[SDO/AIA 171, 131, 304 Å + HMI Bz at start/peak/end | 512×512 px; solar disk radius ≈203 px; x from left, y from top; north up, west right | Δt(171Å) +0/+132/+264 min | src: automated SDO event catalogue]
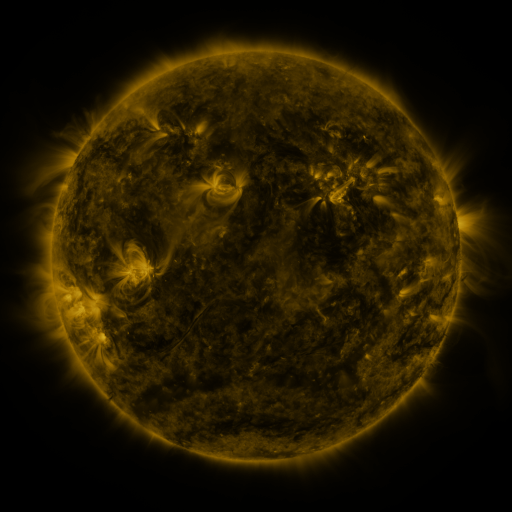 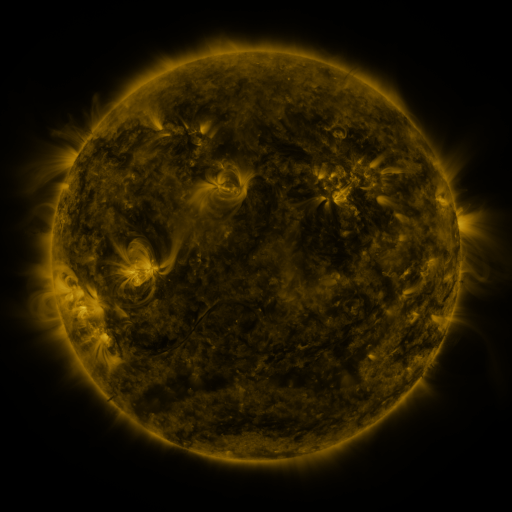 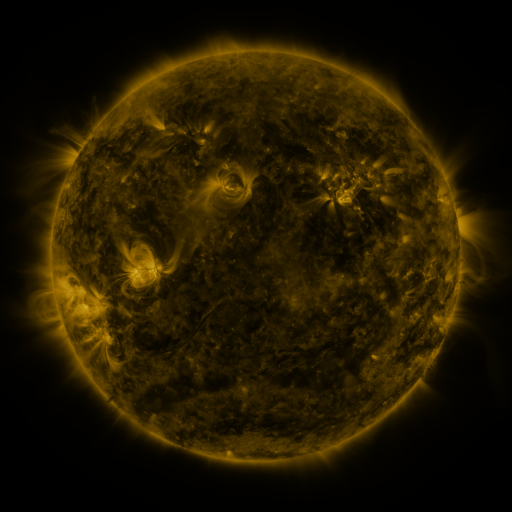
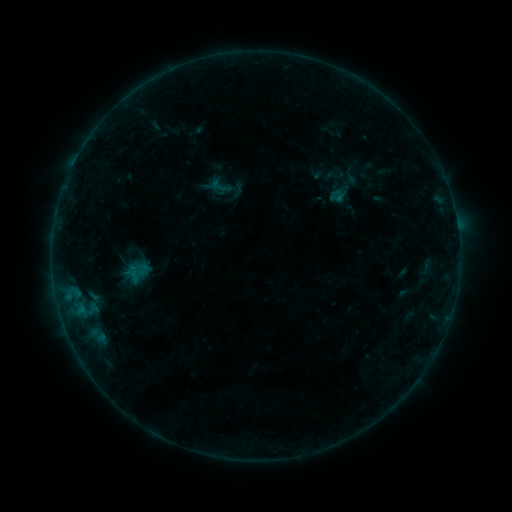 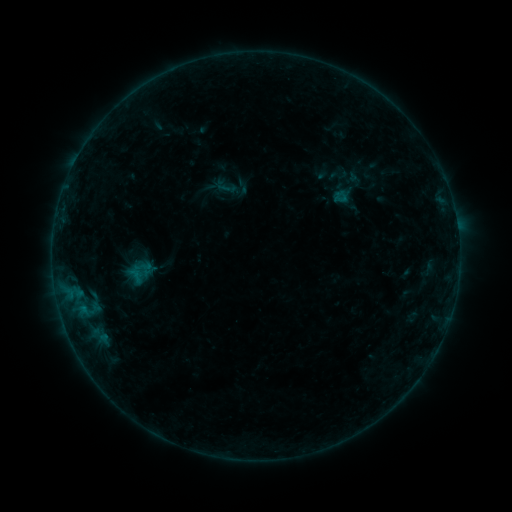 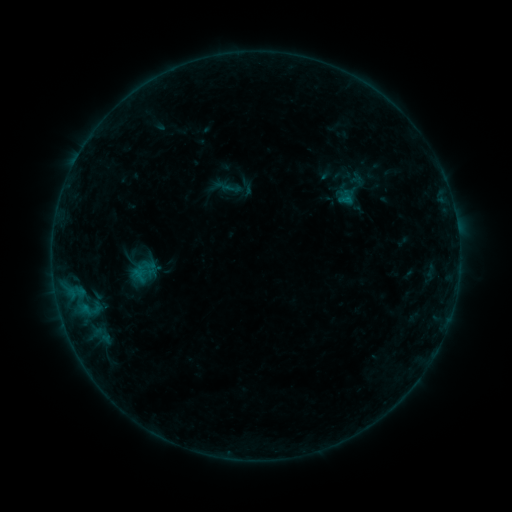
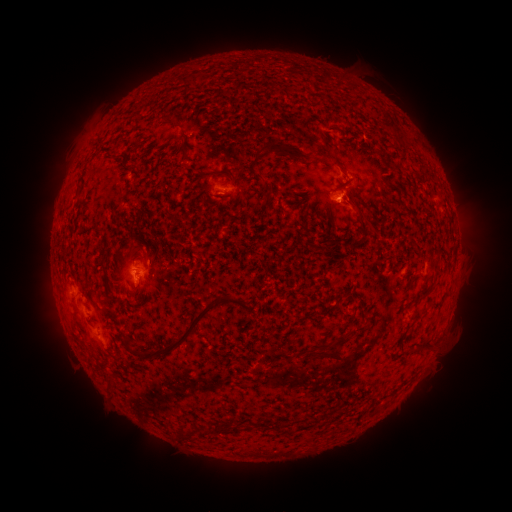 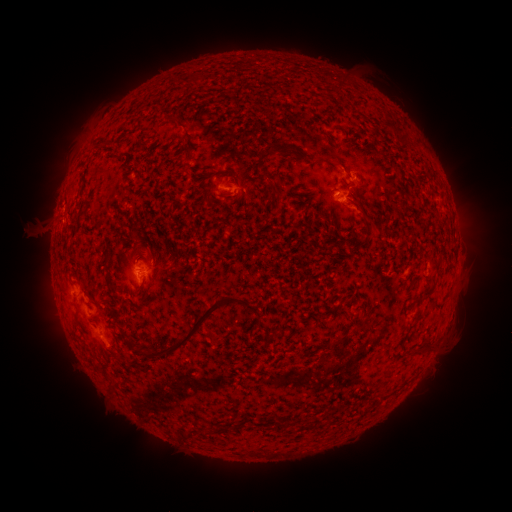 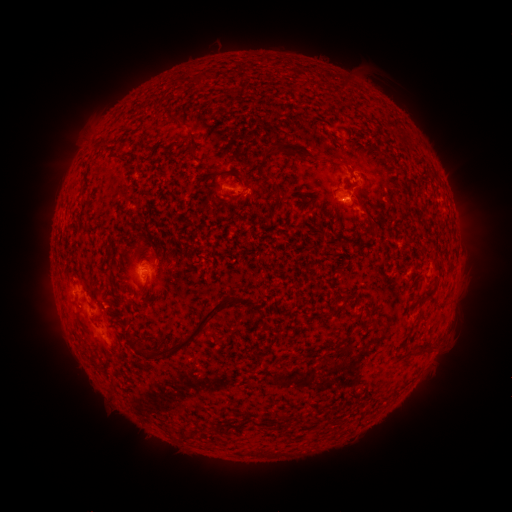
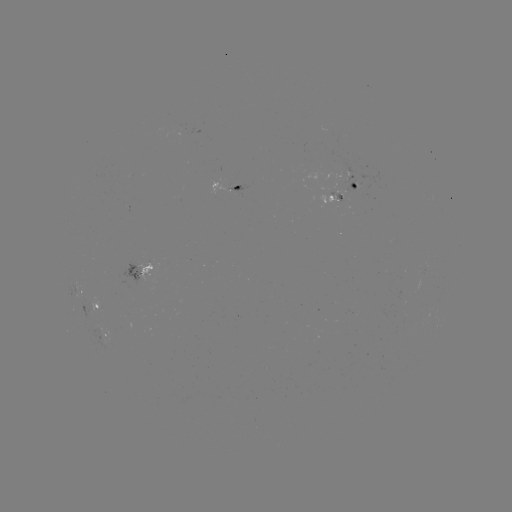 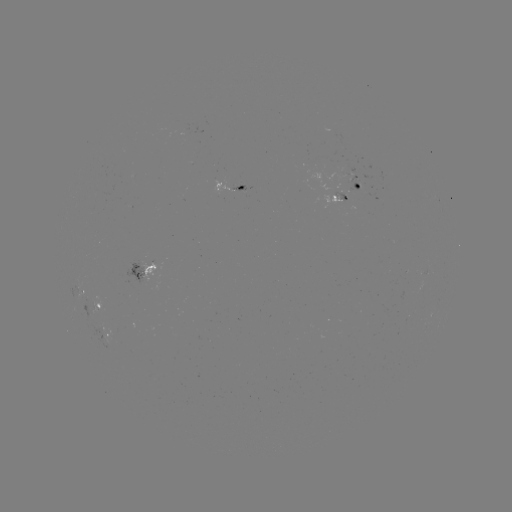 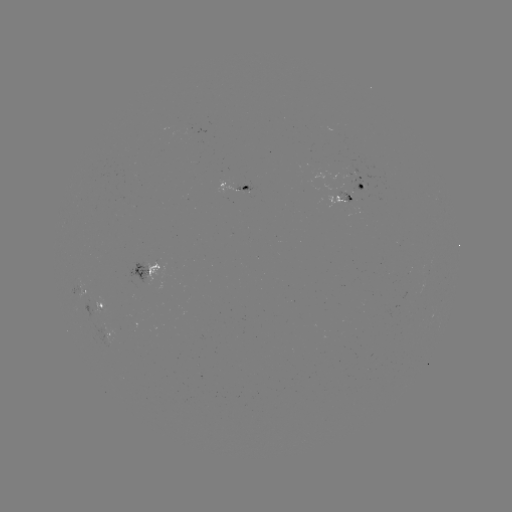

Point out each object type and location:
filament eruption: (42, 218)
